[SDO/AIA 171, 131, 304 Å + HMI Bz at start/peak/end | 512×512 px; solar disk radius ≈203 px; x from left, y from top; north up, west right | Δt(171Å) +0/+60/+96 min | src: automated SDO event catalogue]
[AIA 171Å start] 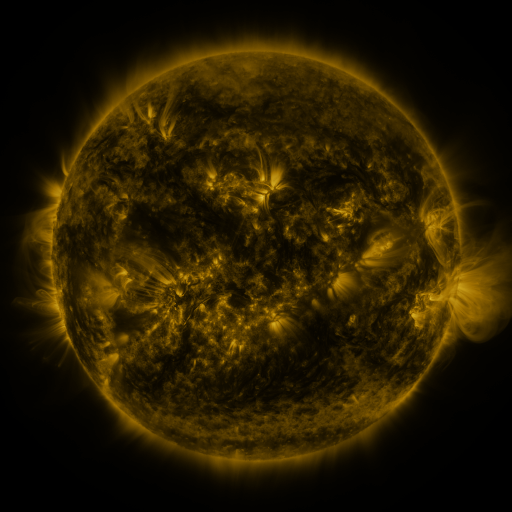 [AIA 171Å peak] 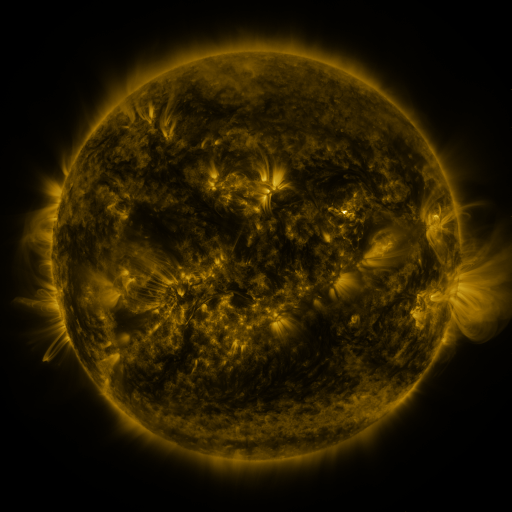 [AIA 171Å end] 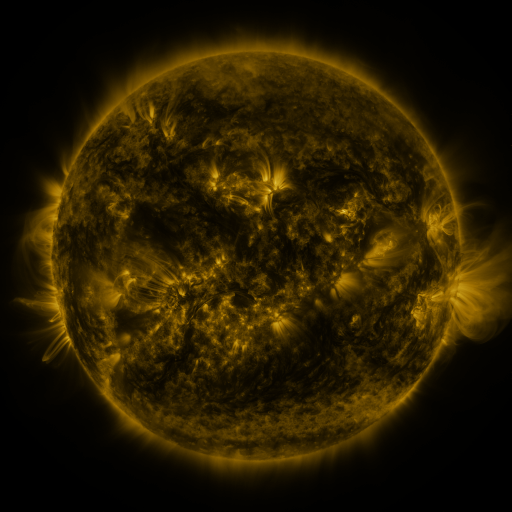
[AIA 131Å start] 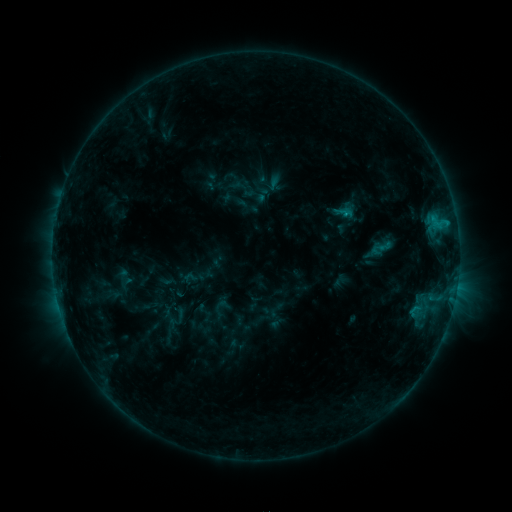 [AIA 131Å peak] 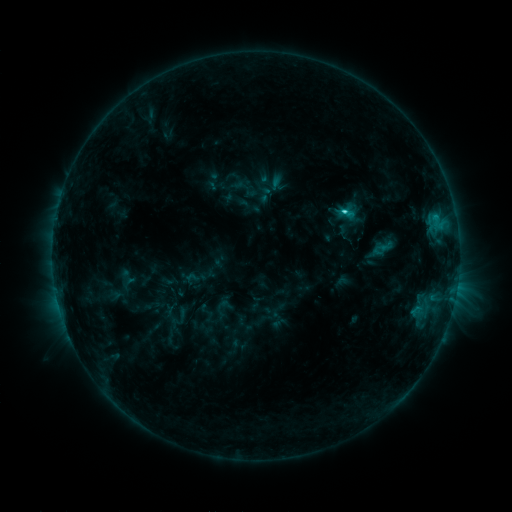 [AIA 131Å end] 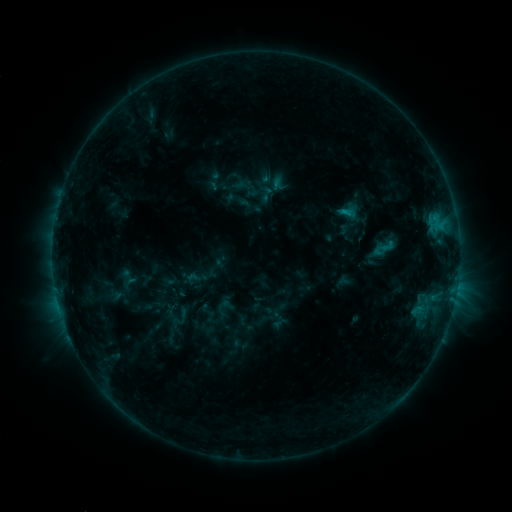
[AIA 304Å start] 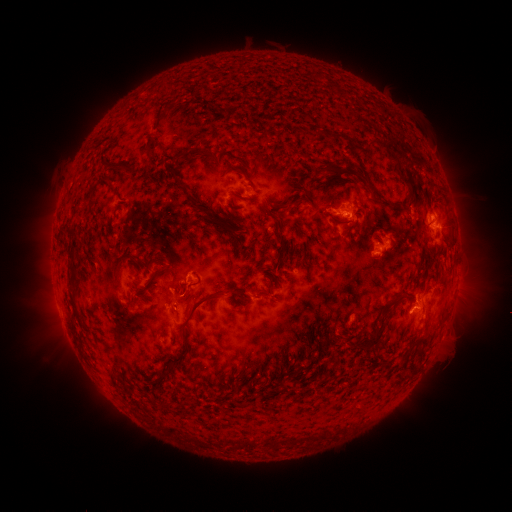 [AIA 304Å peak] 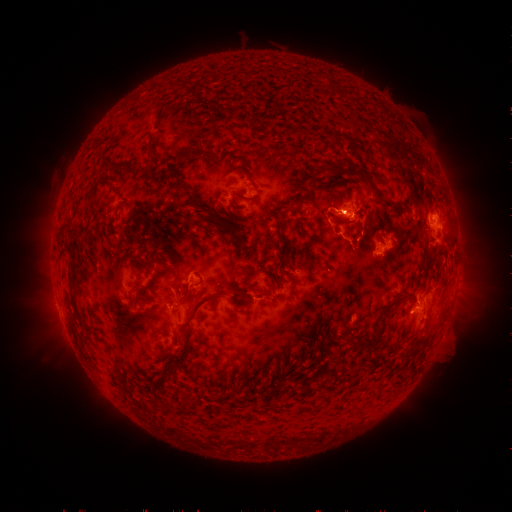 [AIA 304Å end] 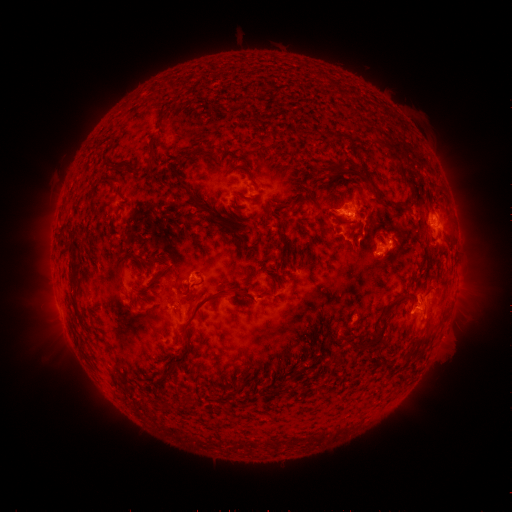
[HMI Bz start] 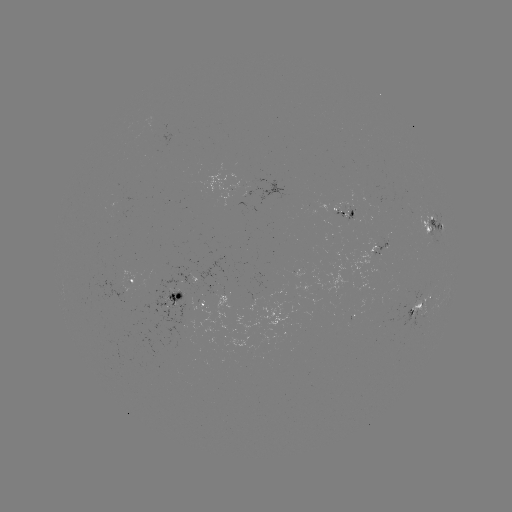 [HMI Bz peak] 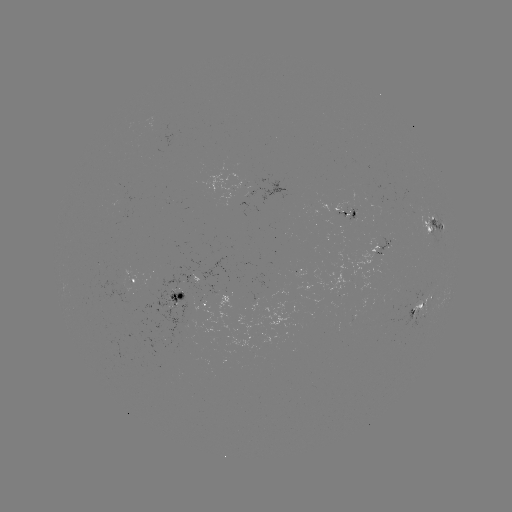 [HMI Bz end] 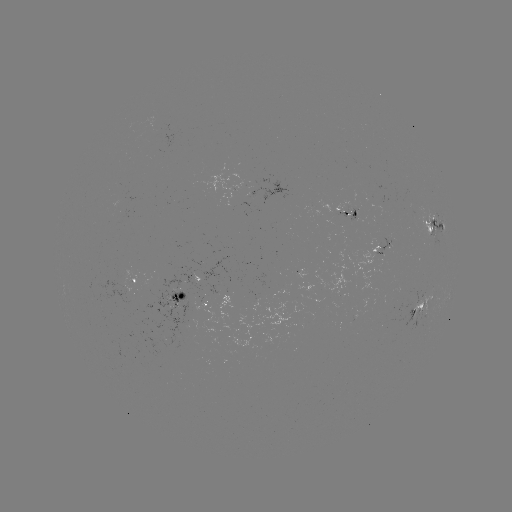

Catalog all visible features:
emerging-flux region: (202, 295)
